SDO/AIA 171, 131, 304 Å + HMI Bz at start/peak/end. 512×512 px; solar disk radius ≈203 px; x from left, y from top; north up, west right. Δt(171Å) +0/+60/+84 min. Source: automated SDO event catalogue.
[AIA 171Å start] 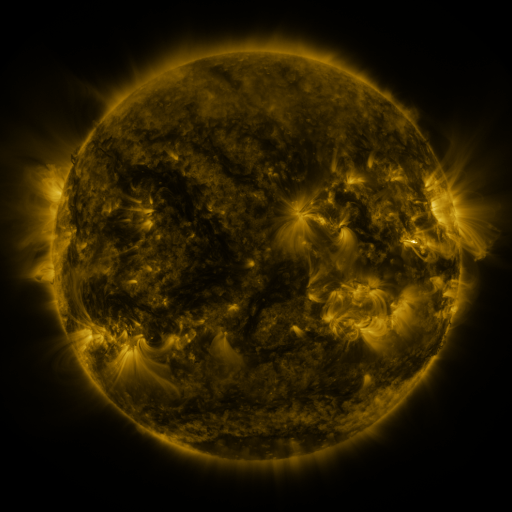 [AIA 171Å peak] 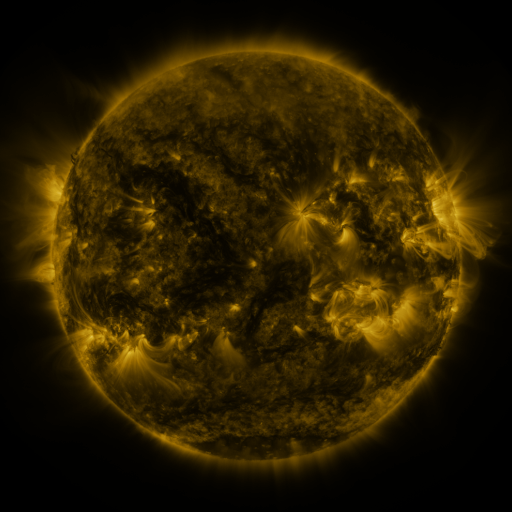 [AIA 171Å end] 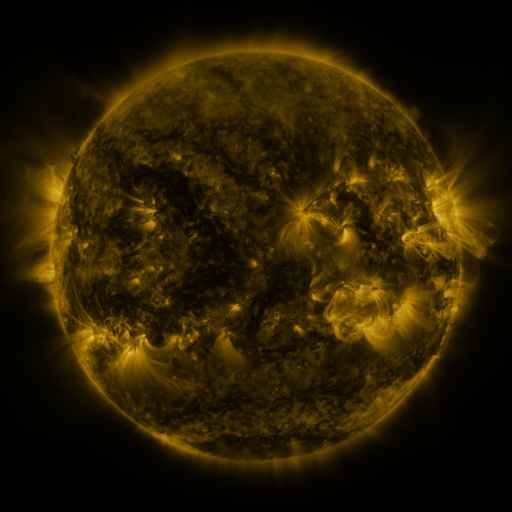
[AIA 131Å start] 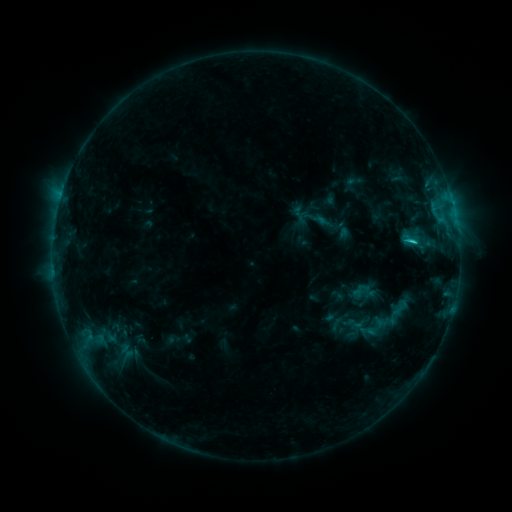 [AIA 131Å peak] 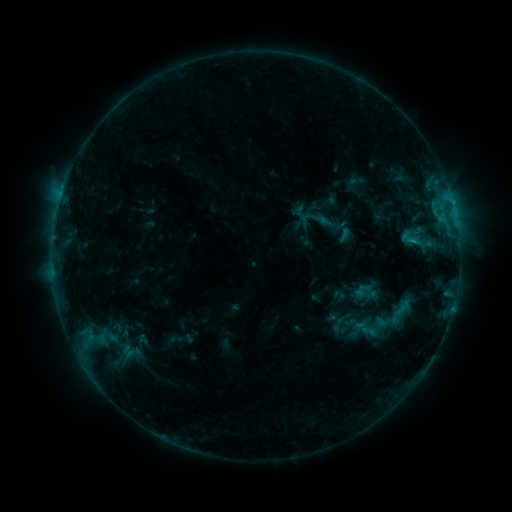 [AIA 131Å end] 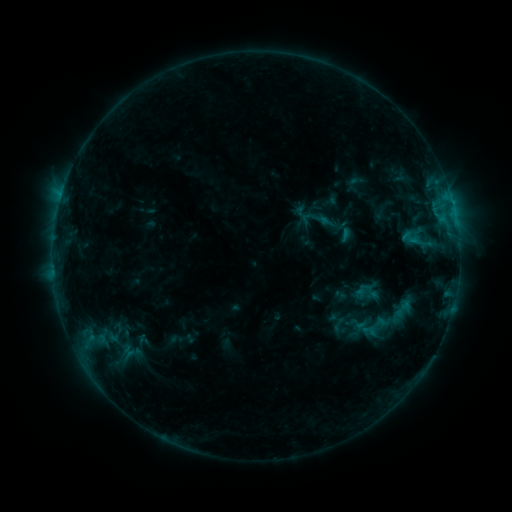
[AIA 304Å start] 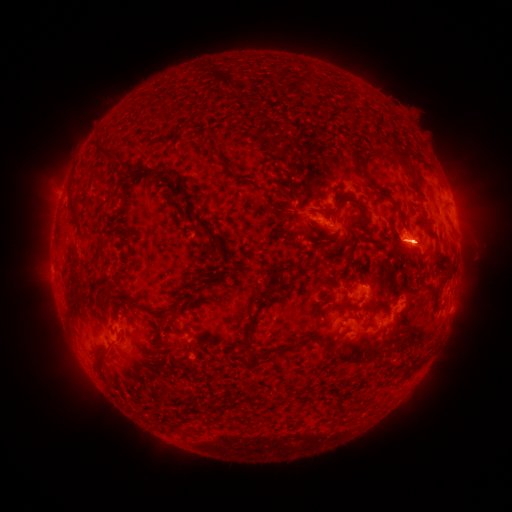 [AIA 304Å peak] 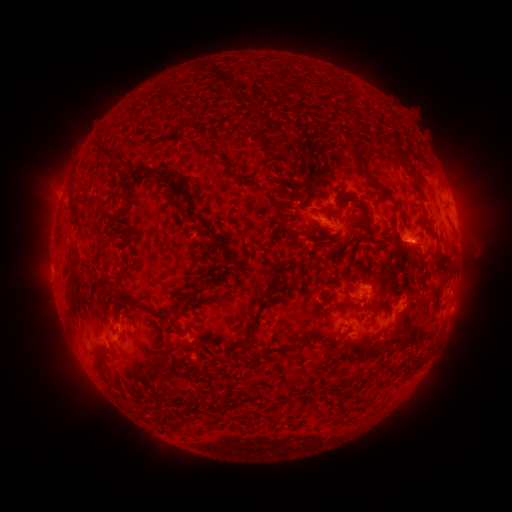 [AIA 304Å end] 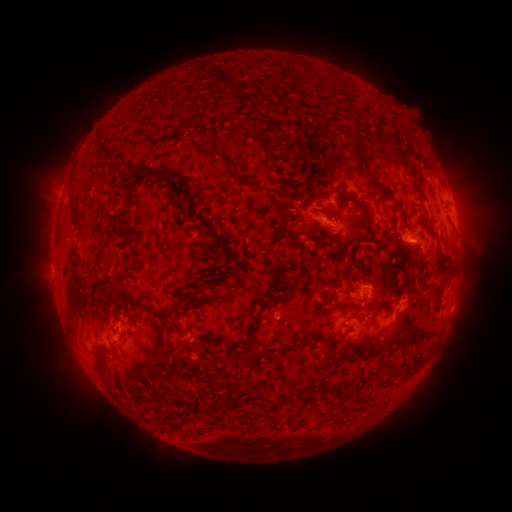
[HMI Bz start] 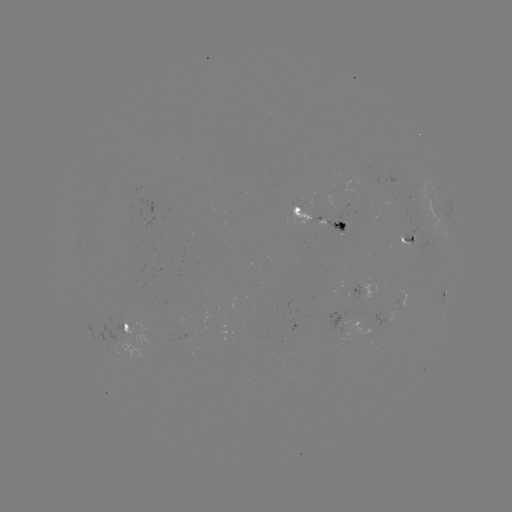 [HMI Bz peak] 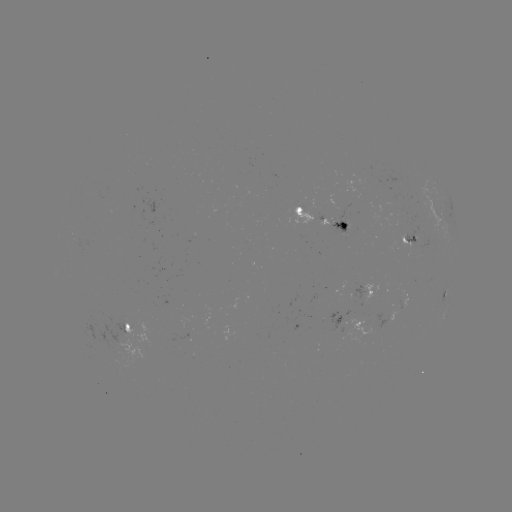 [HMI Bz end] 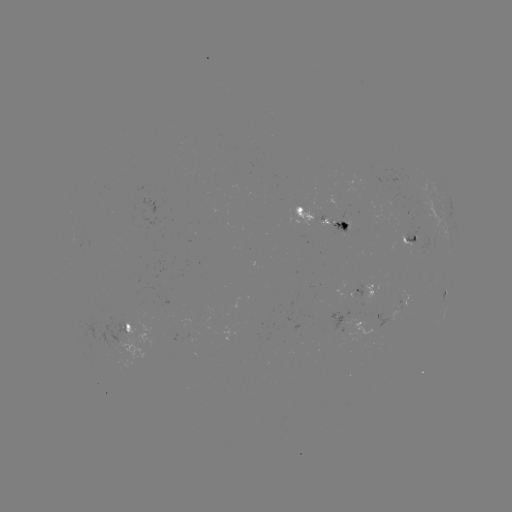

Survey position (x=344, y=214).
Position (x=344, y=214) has emerging-flux region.